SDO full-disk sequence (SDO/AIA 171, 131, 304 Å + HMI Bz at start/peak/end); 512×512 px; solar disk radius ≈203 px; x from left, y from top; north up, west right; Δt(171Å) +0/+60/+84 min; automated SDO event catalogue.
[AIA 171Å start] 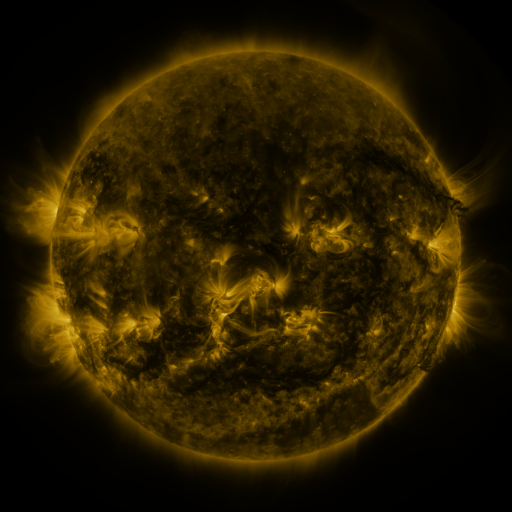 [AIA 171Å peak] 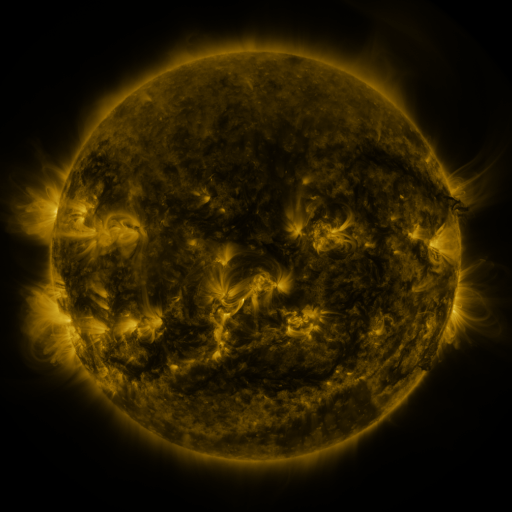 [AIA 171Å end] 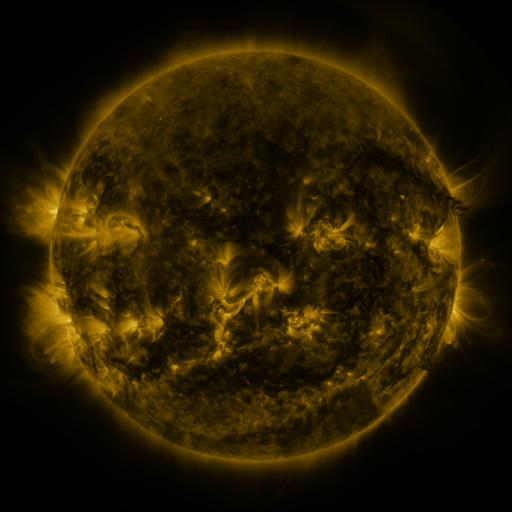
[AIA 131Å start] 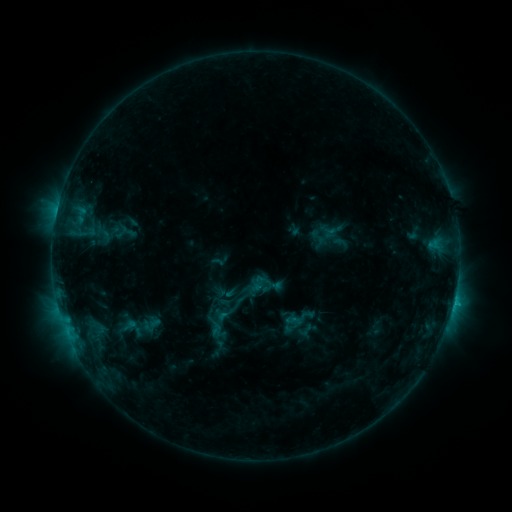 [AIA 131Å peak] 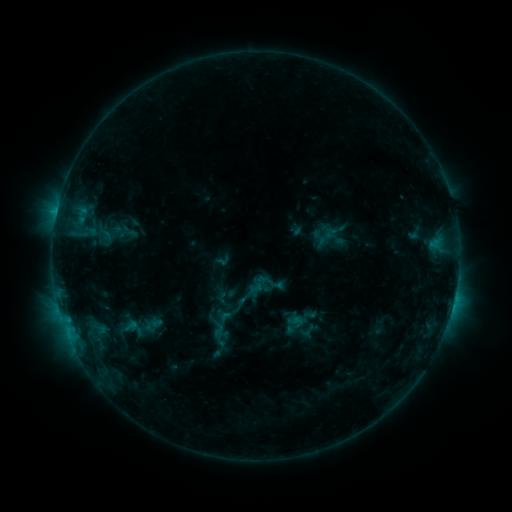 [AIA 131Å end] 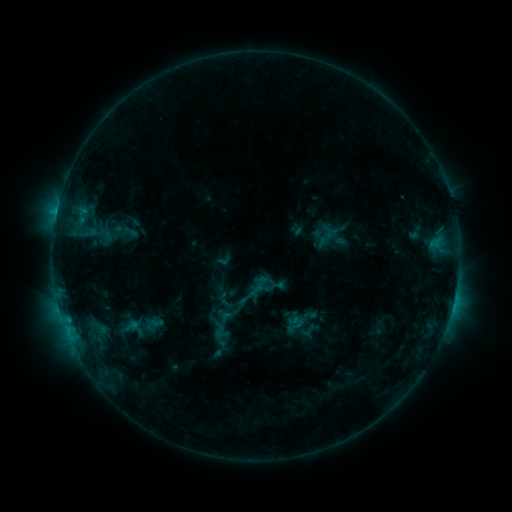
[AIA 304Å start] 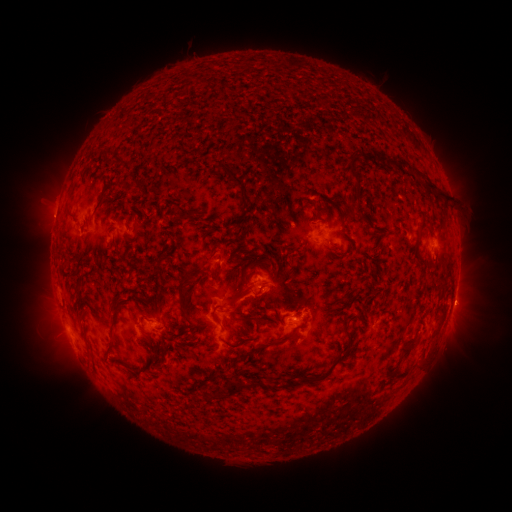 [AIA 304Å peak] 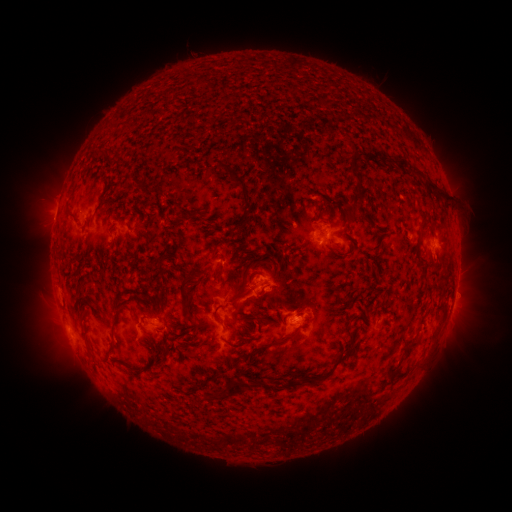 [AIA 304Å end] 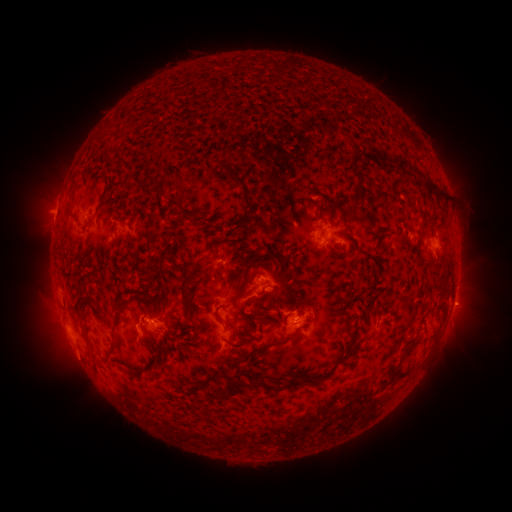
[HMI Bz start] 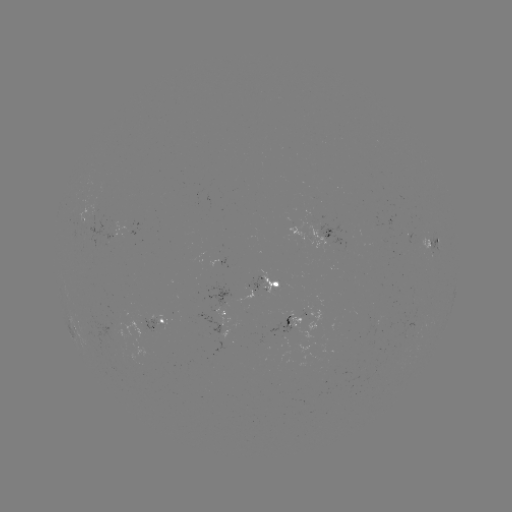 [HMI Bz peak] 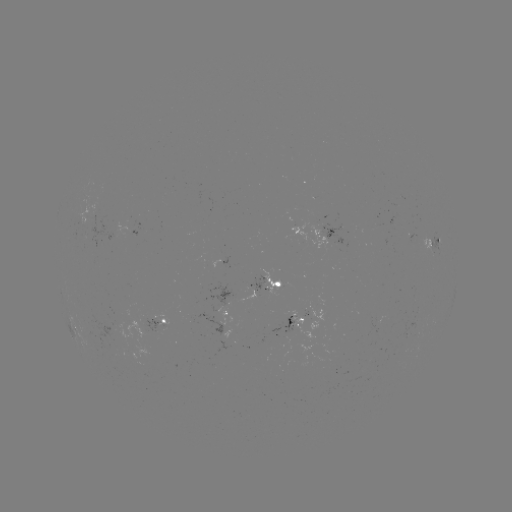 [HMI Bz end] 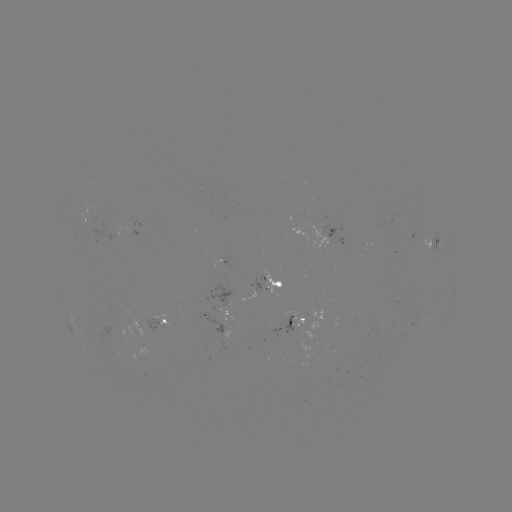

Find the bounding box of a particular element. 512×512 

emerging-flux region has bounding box [115, 219, 135, 239].